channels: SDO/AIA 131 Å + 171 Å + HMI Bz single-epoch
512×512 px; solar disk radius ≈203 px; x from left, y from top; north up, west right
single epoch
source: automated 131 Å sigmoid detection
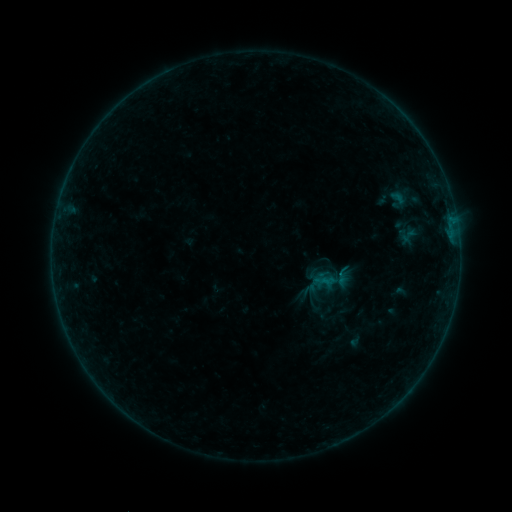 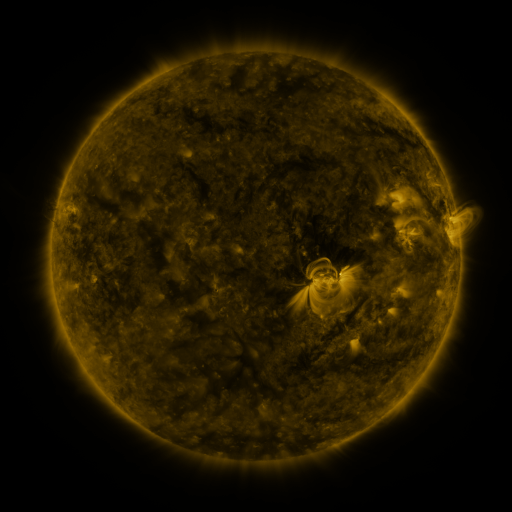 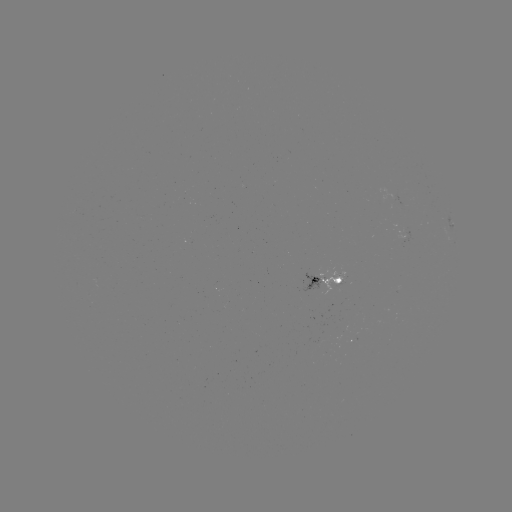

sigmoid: <bbox>399, 228, 417, 244</bbox>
